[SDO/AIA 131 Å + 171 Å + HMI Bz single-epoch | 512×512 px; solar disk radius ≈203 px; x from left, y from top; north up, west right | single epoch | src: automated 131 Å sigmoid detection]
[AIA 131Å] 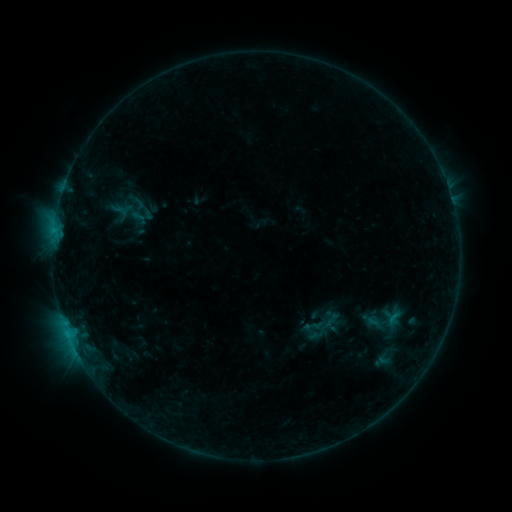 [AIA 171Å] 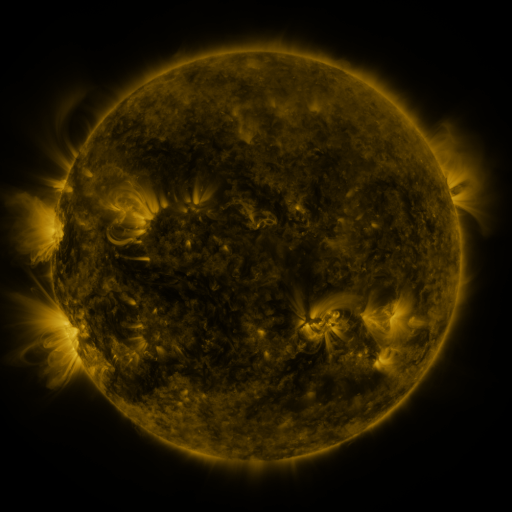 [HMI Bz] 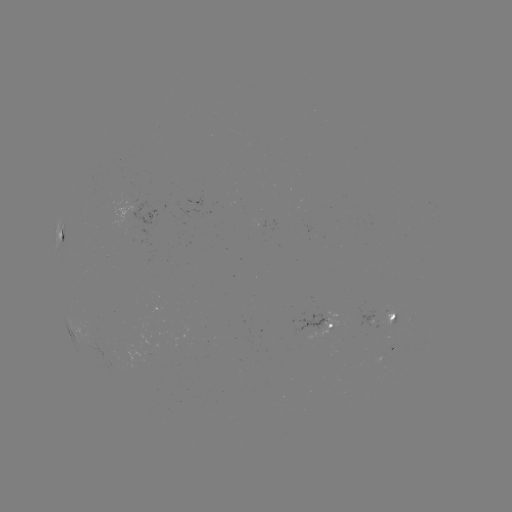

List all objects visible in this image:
sigmoid: [298, 301, 345, 348]
